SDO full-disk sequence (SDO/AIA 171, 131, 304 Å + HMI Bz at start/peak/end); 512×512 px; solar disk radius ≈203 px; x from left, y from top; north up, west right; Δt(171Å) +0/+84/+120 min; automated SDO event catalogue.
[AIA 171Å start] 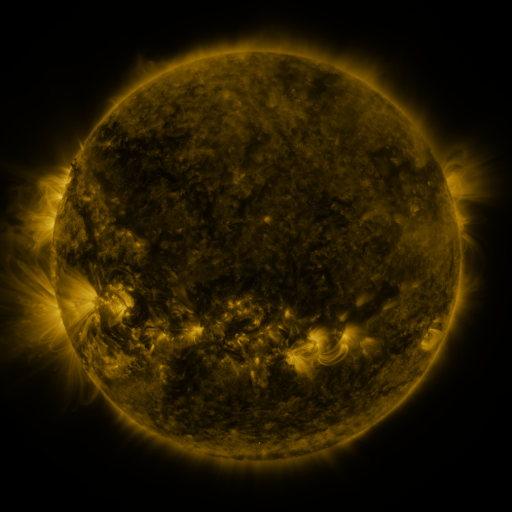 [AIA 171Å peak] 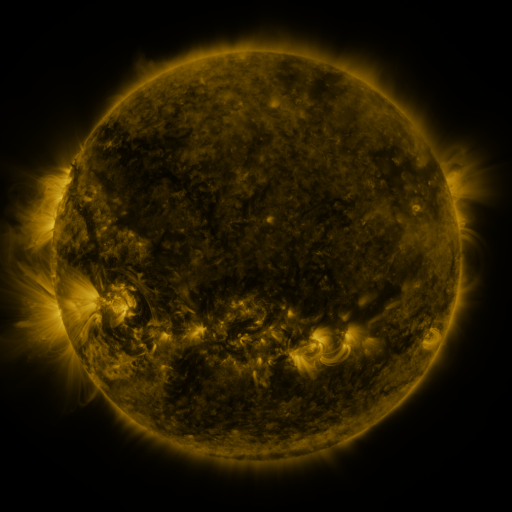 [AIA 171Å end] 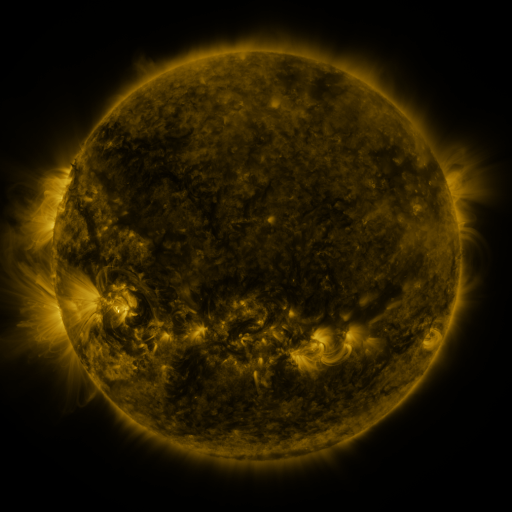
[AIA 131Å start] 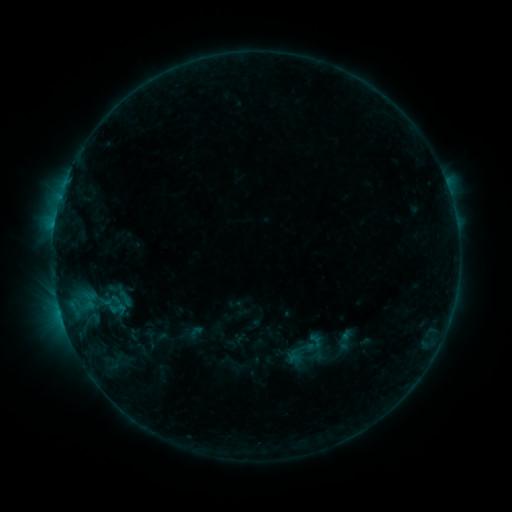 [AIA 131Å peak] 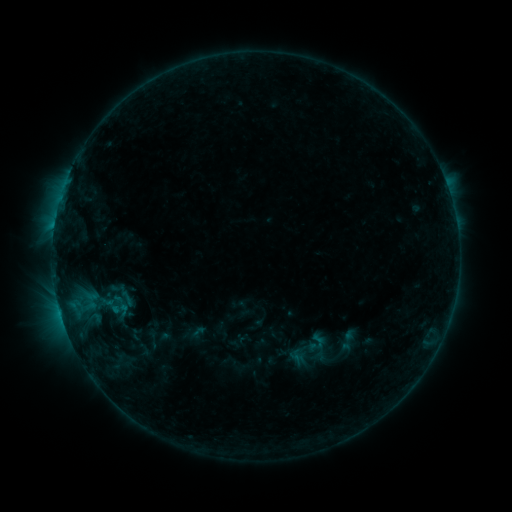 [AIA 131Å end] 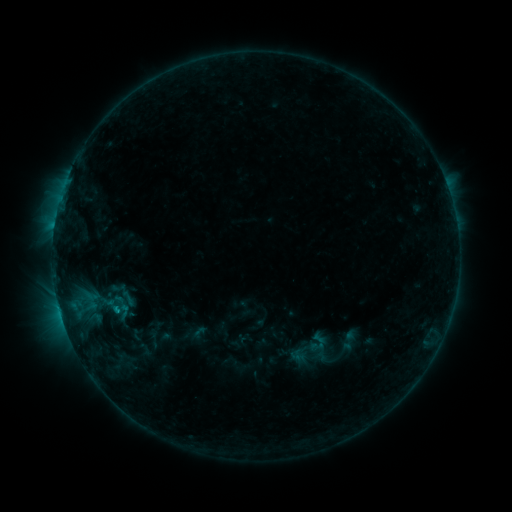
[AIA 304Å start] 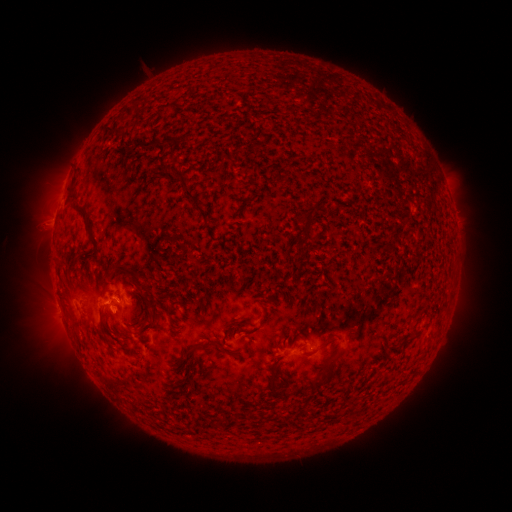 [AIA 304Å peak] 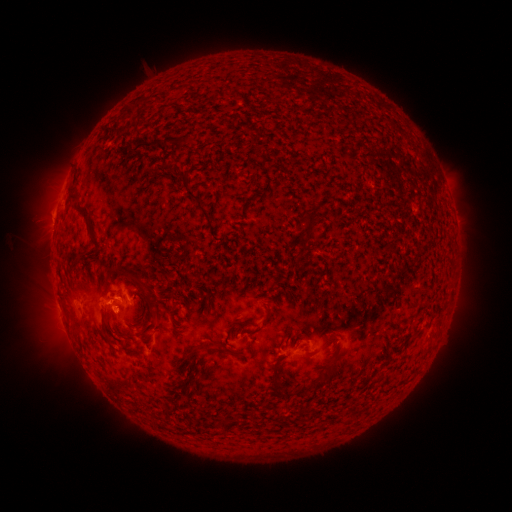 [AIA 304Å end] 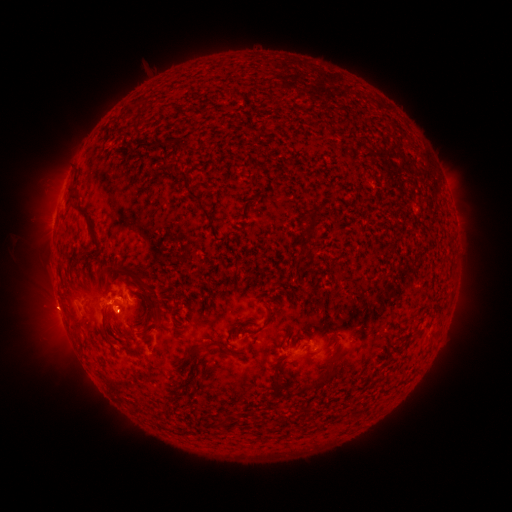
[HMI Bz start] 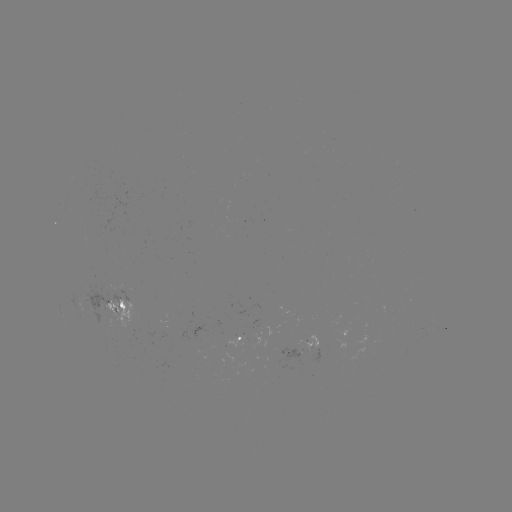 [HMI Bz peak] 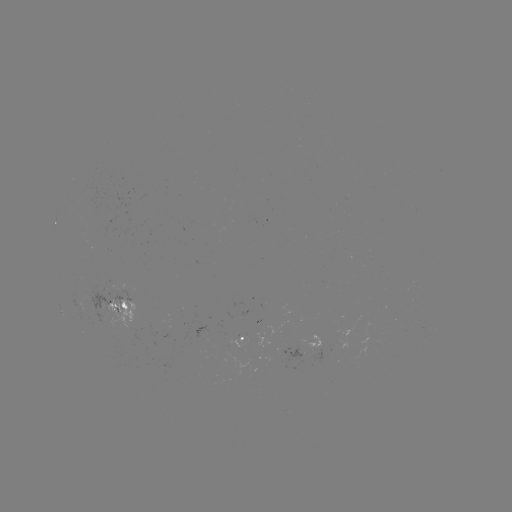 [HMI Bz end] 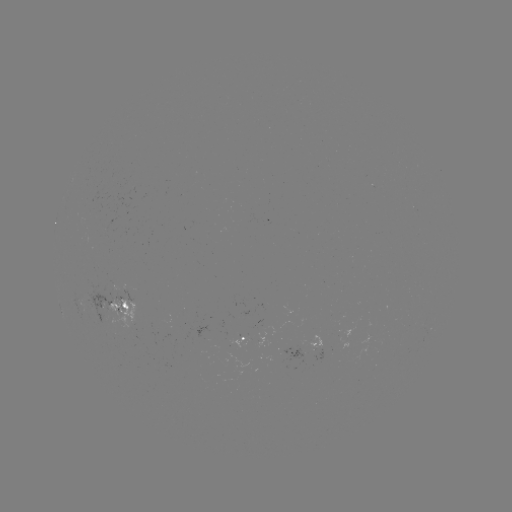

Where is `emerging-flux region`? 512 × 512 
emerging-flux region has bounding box [305, 335, 320, 351].